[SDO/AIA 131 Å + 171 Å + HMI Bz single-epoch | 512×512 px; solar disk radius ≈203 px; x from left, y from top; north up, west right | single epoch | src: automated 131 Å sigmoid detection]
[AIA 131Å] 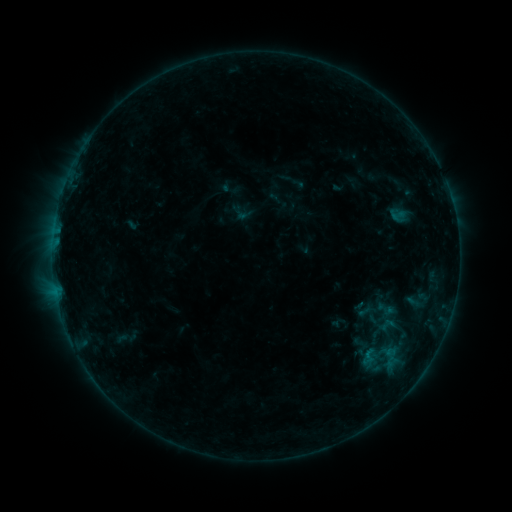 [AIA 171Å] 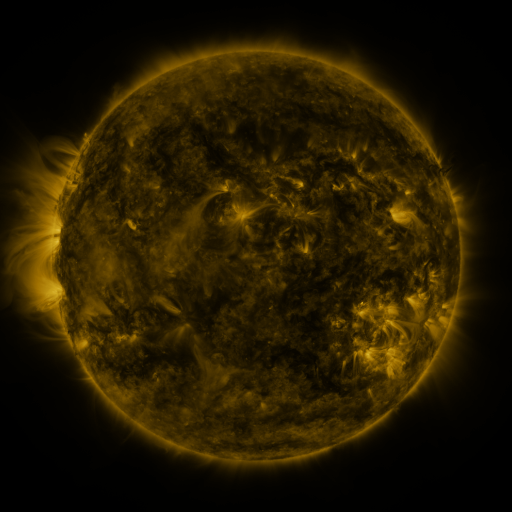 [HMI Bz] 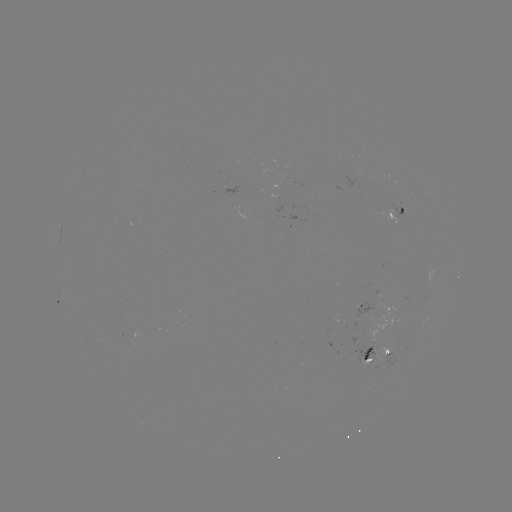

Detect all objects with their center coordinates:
sigmoid: <bbox>387, 206, 409, 224</bbox>
sigmoid: <bbox>361, 348, 376, 363</bbox>
